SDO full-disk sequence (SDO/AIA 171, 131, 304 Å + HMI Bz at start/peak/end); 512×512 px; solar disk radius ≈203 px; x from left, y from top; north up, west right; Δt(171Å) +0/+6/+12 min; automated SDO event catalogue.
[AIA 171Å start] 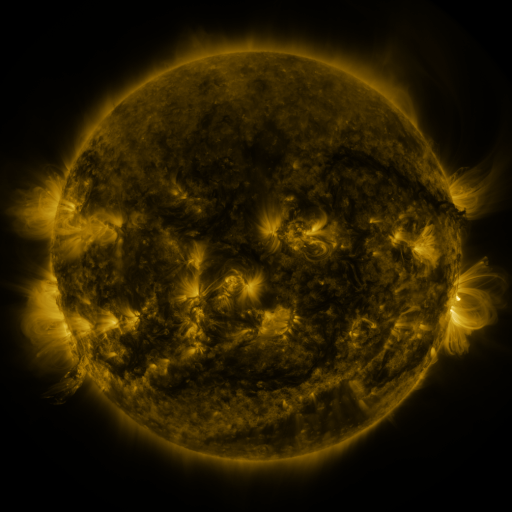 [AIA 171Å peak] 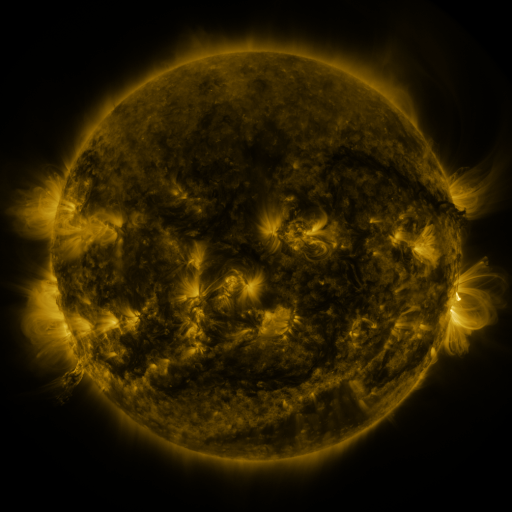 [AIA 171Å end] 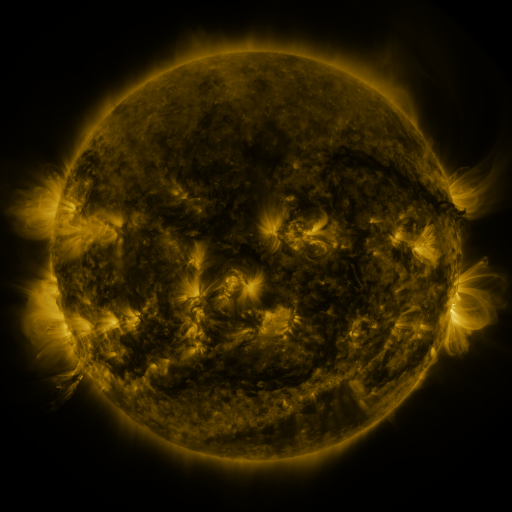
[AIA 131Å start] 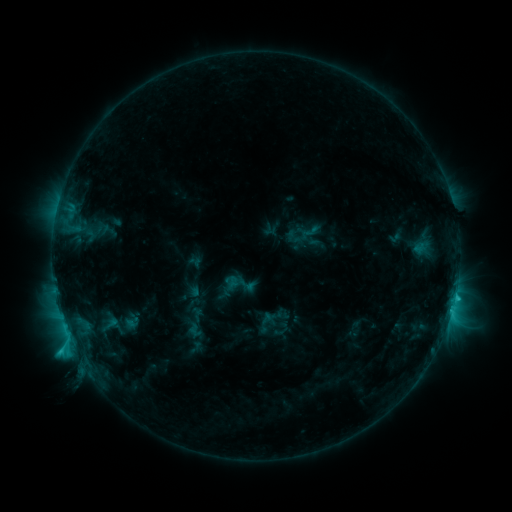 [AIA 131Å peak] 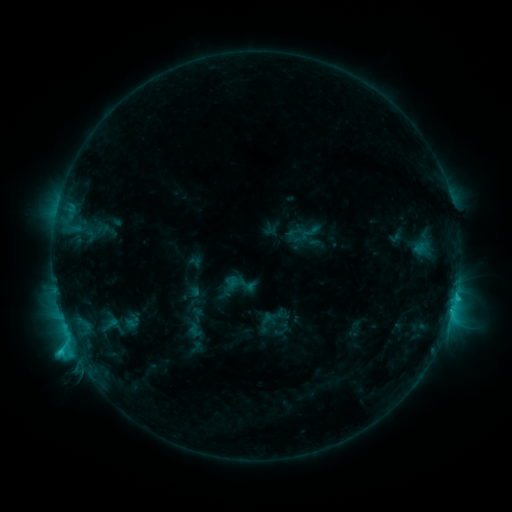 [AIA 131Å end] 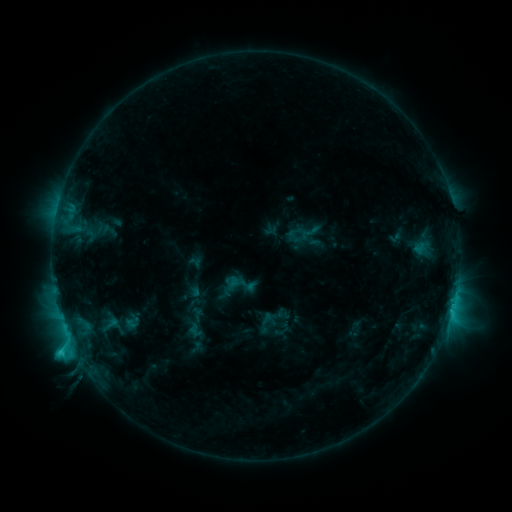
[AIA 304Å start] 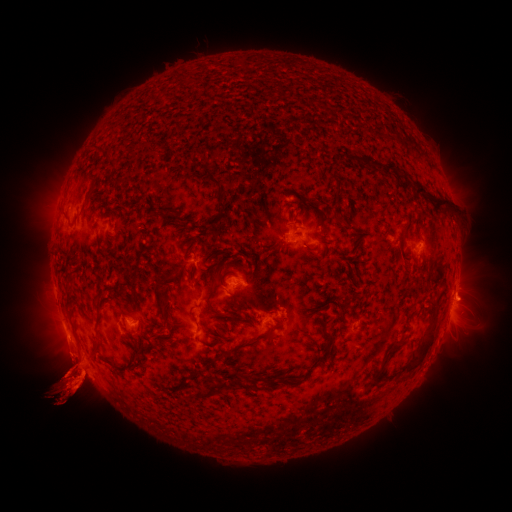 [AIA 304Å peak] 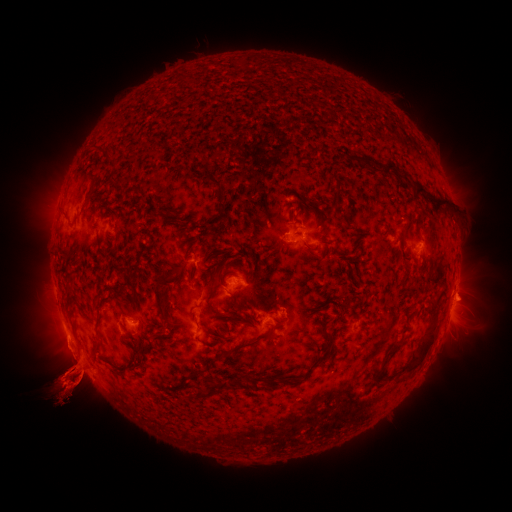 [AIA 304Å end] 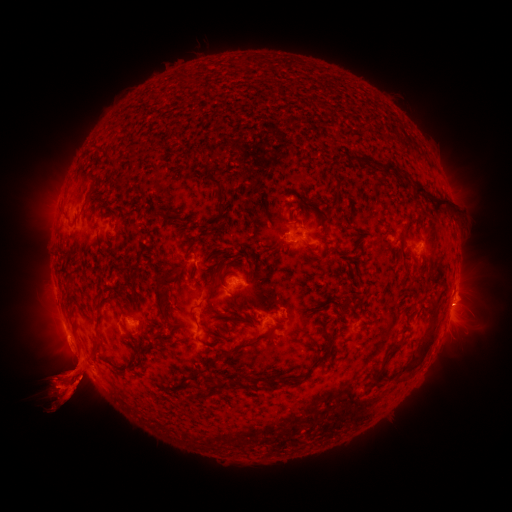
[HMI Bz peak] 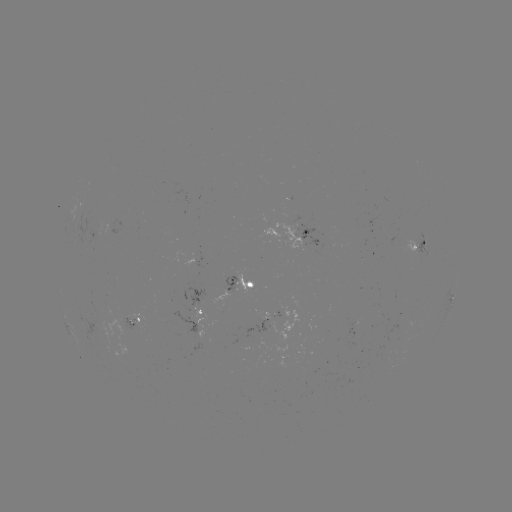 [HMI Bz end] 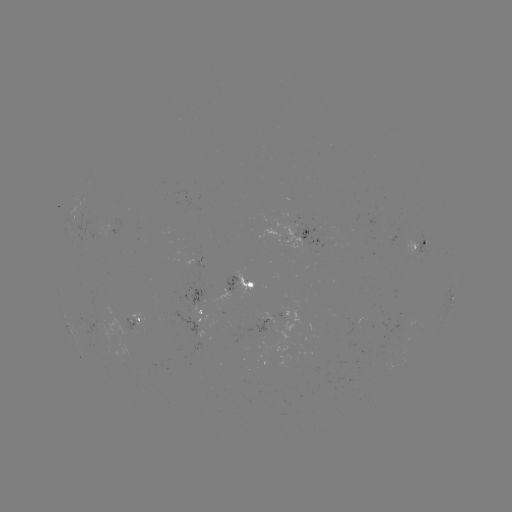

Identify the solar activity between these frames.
eruption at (68, 433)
